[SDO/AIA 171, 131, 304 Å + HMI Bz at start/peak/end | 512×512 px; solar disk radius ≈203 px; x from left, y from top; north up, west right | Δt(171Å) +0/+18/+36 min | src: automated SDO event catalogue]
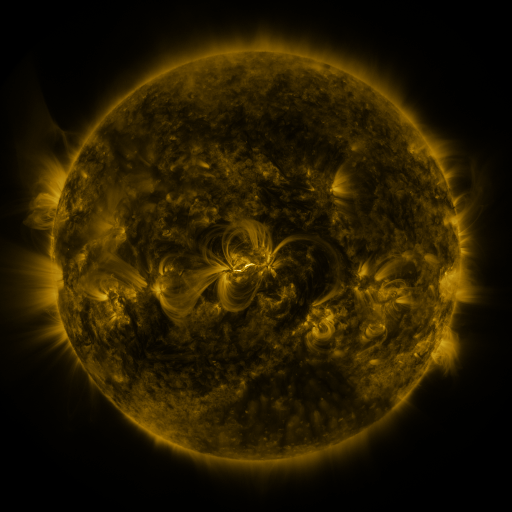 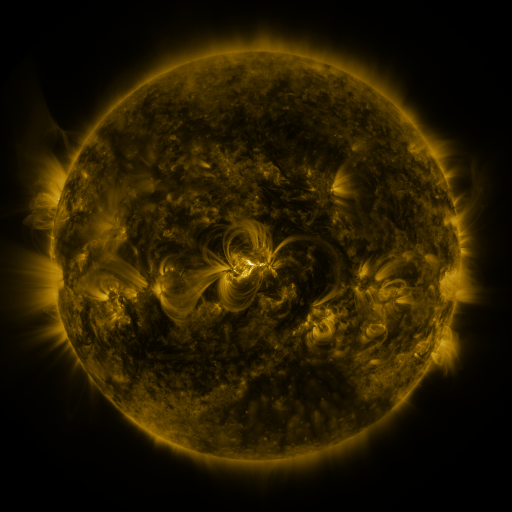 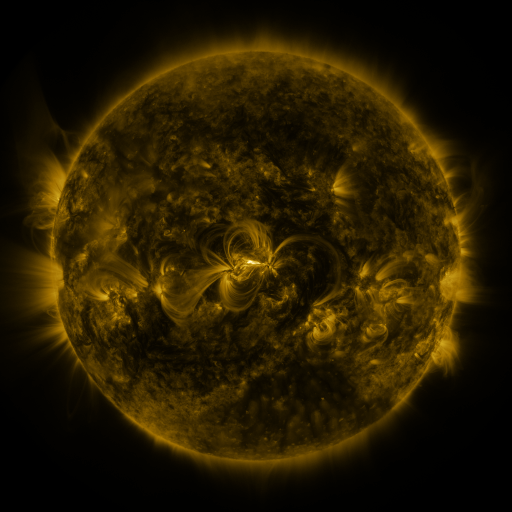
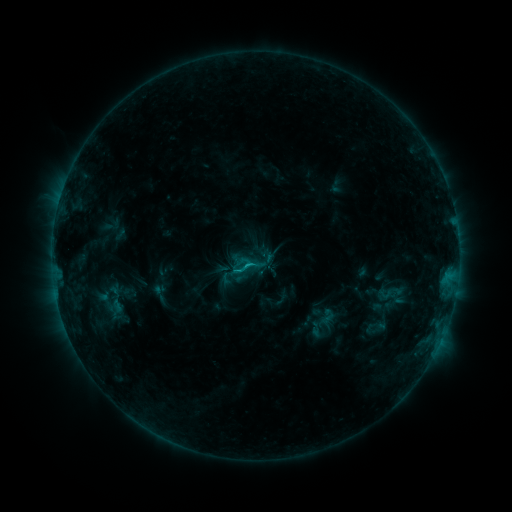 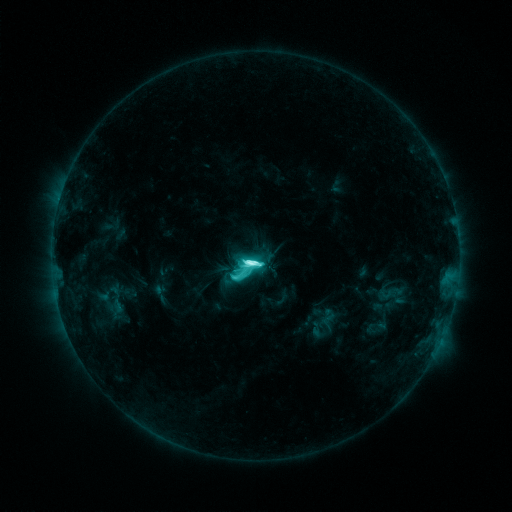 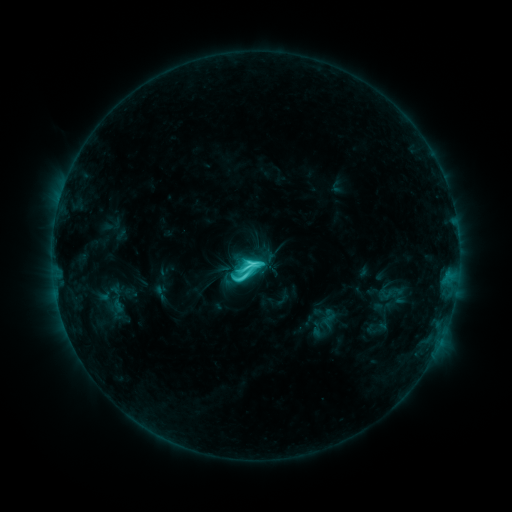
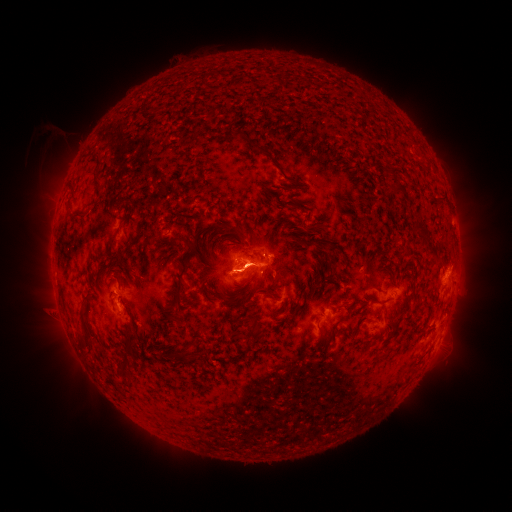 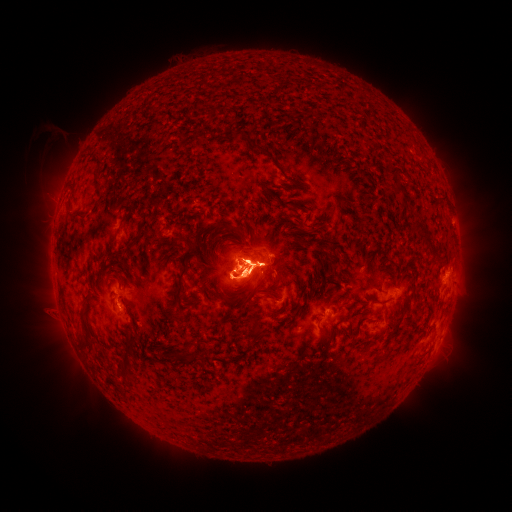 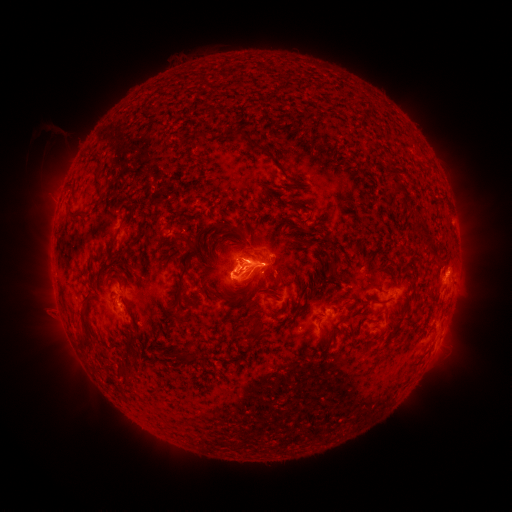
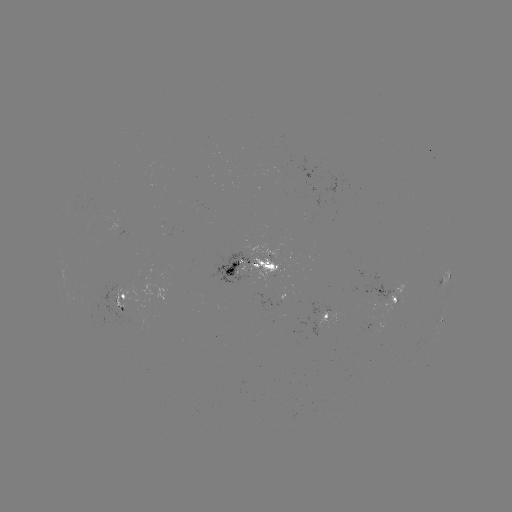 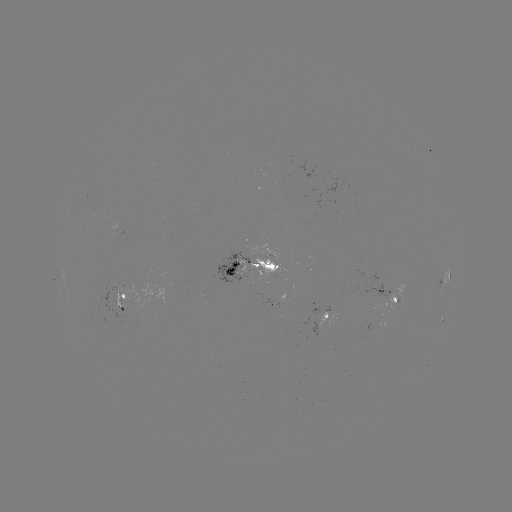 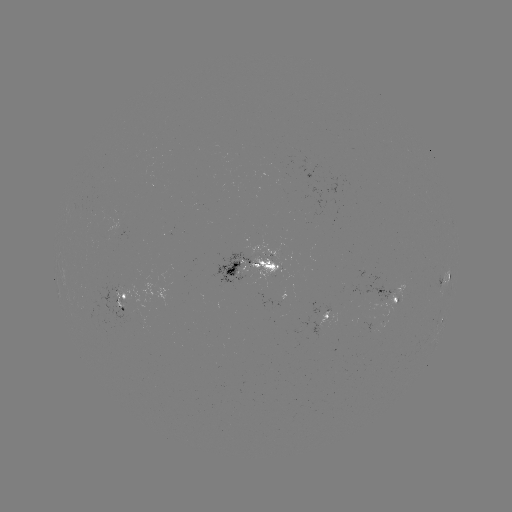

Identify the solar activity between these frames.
M1.3 flare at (252, 261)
